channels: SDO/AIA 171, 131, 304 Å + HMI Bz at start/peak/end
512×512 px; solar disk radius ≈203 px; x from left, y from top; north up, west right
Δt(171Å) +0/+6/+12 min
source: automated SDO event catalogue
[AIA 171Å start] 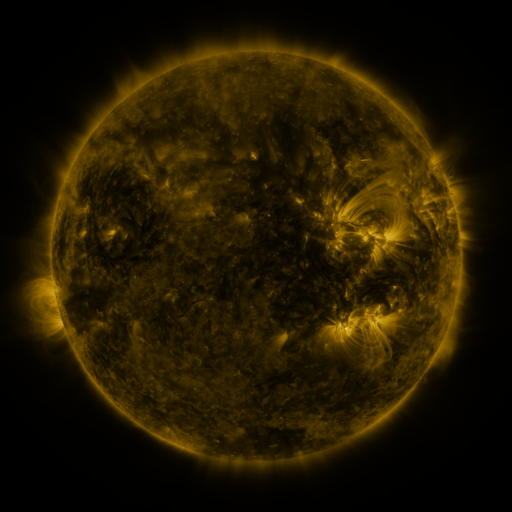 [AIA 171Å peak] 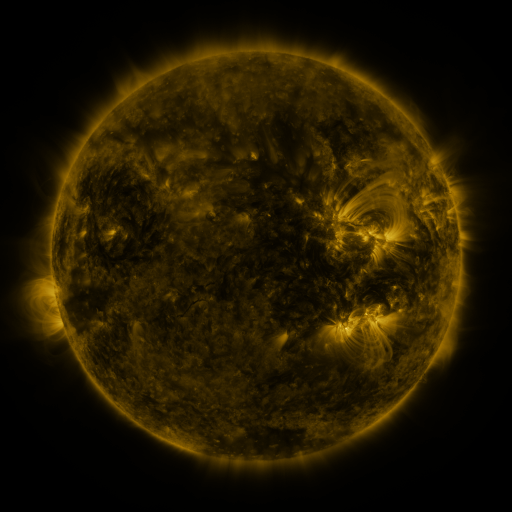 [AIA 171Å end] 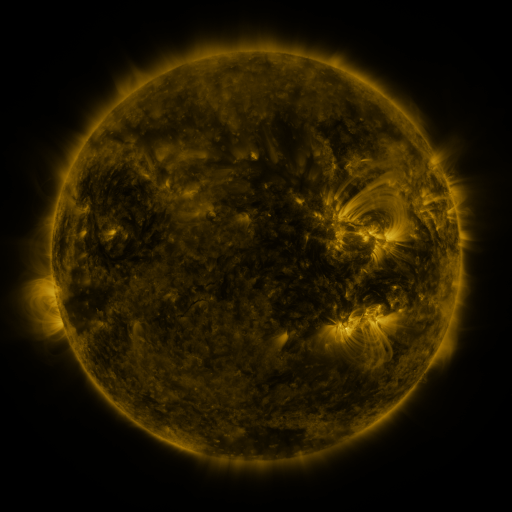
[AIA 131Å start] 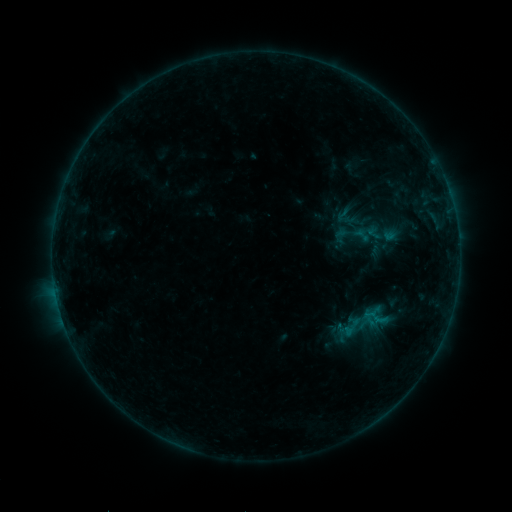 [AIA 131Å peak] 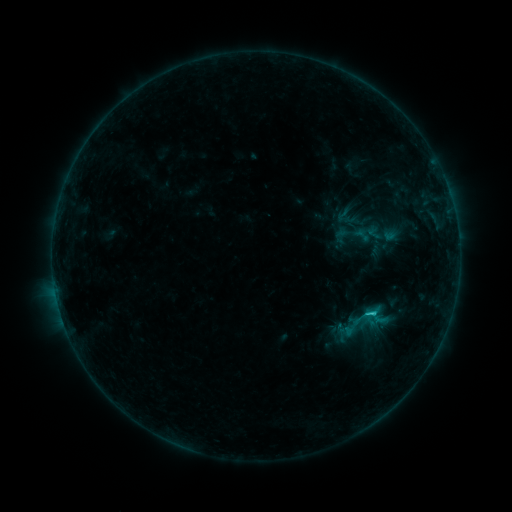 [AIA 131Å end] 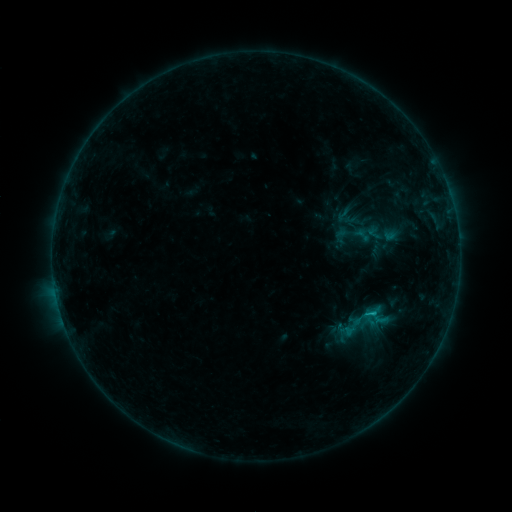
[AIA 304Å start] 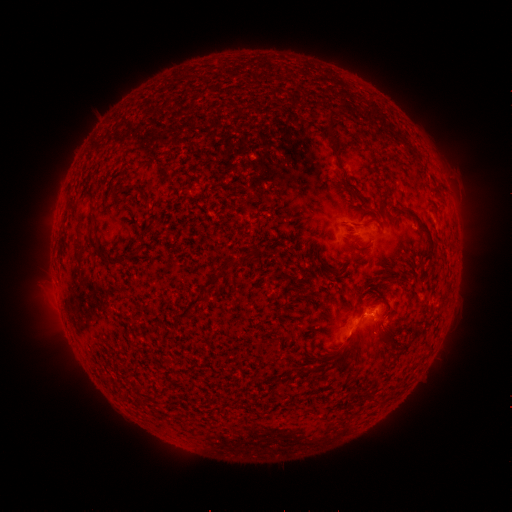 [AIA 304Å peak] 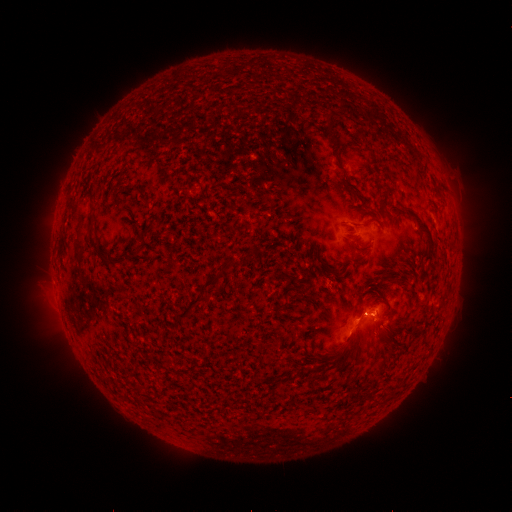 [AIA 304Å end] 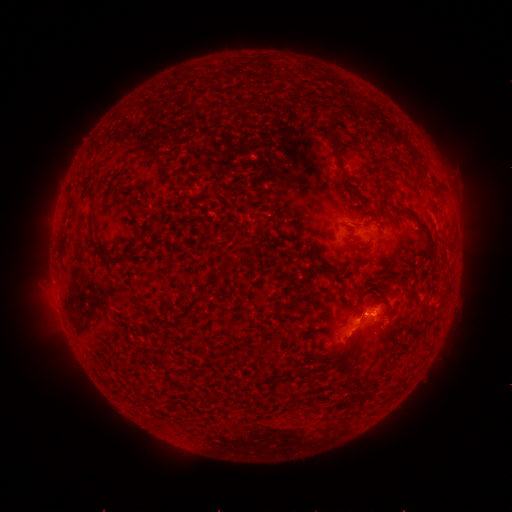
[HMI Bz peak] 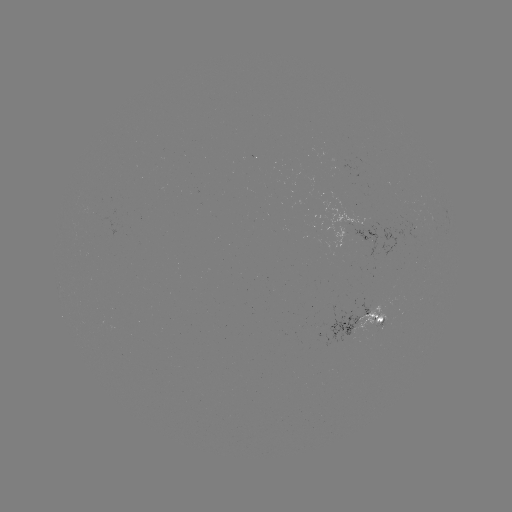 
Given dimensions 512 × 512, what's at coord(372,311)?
B9.3 flare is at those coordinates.